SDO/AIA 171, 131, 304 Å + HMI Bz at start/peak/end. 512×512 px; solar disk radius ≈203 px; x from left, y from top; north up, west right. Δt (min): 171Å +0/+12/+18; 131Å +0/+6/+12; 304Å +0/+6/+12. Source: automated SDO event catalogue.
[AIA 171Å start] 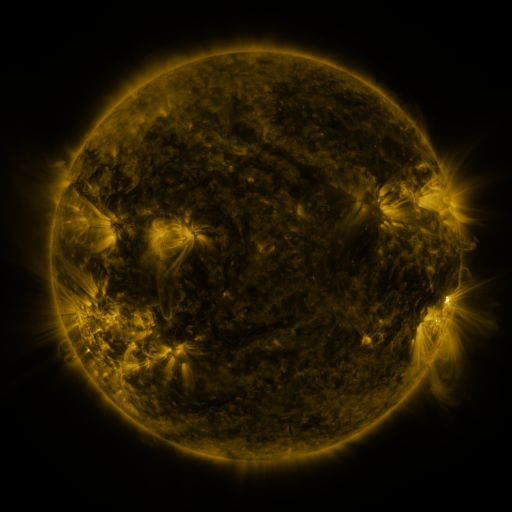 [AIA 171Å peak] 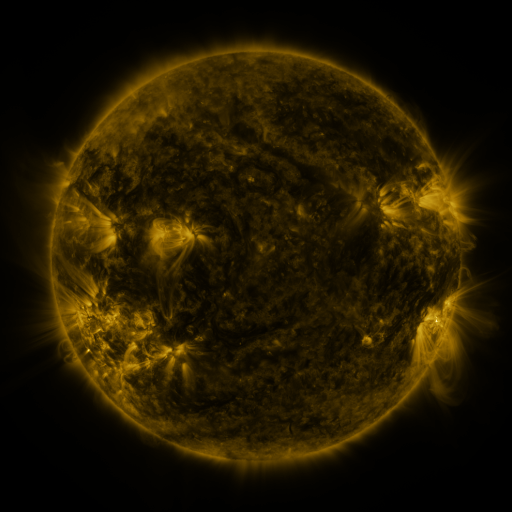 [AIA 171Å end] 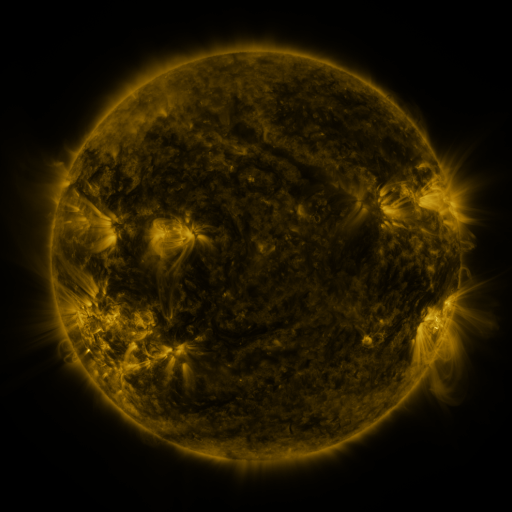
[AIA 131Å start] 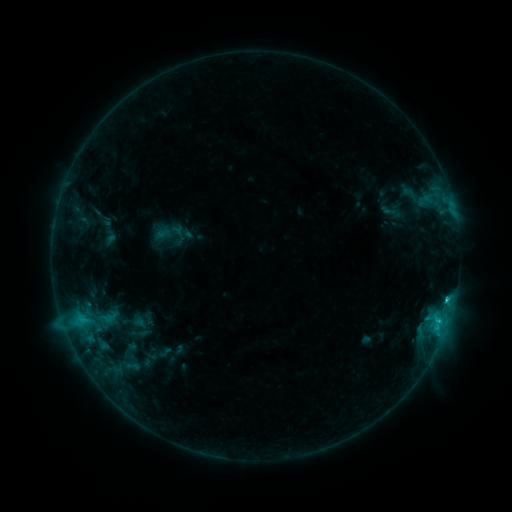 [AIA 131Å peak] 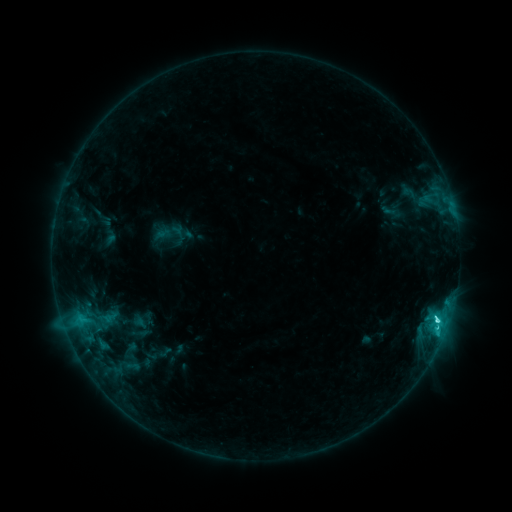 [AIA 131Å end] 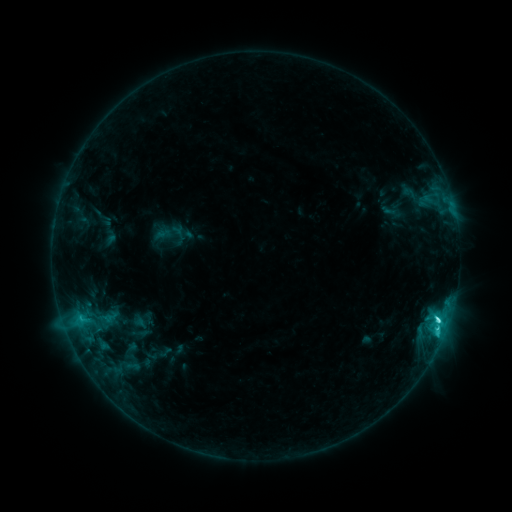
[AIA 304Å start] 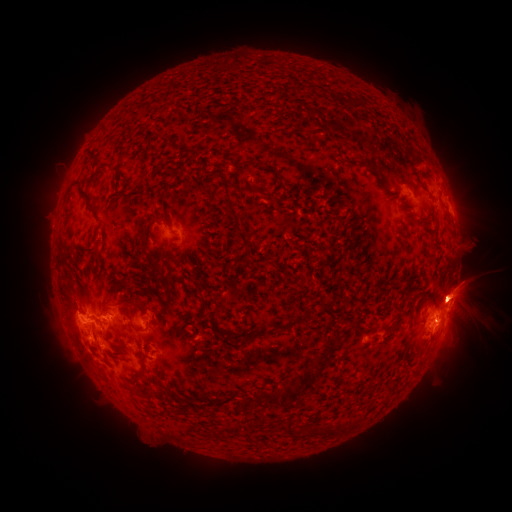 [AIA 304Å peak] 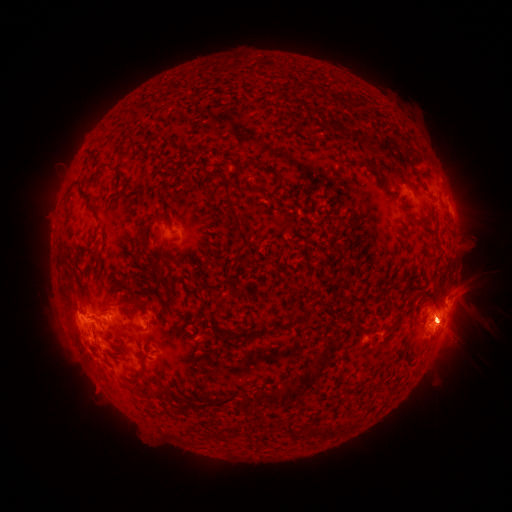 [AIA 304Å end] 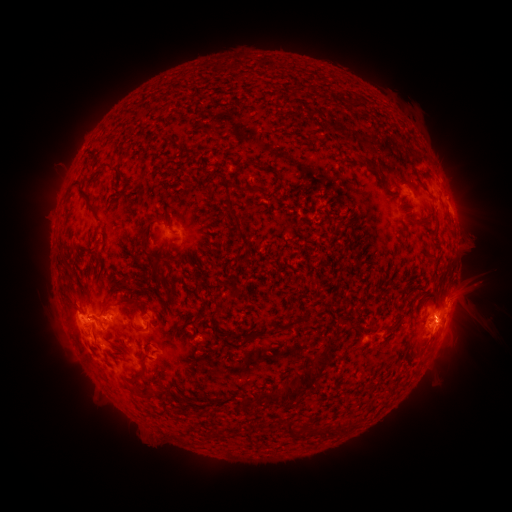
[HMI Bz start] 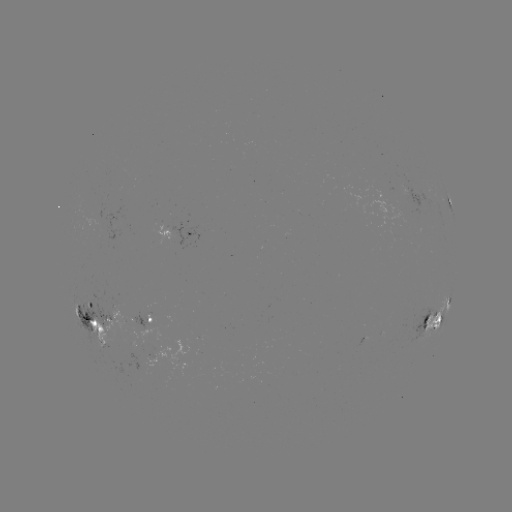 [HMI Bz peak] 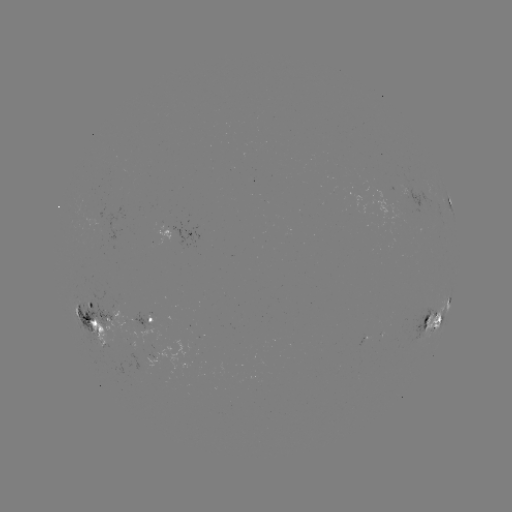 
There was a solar flare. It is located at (436, 320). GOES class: C6.6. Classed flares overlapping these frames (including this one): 1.